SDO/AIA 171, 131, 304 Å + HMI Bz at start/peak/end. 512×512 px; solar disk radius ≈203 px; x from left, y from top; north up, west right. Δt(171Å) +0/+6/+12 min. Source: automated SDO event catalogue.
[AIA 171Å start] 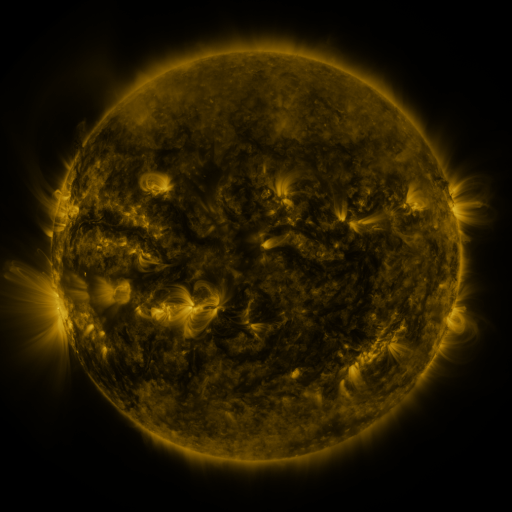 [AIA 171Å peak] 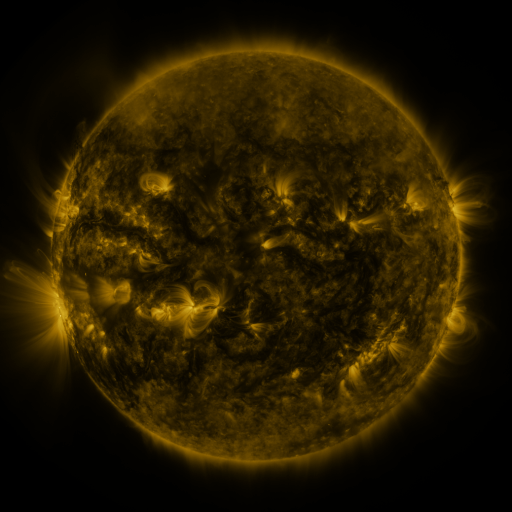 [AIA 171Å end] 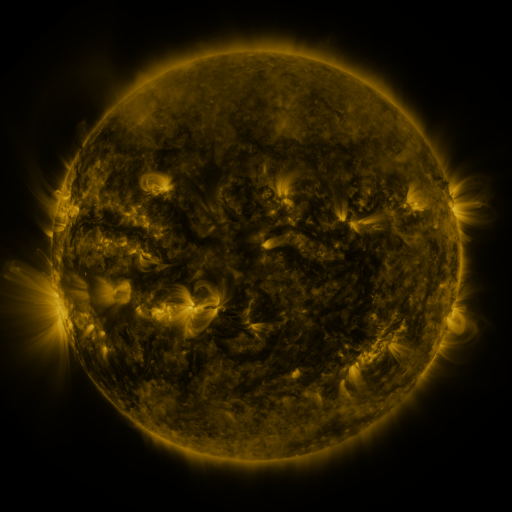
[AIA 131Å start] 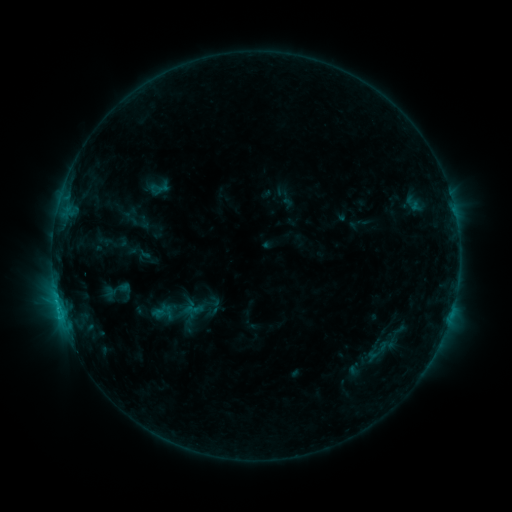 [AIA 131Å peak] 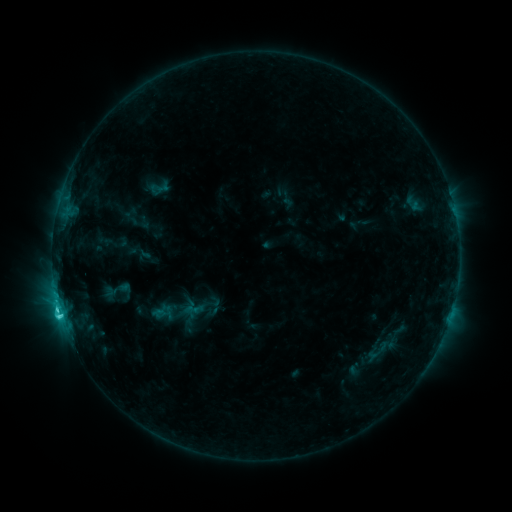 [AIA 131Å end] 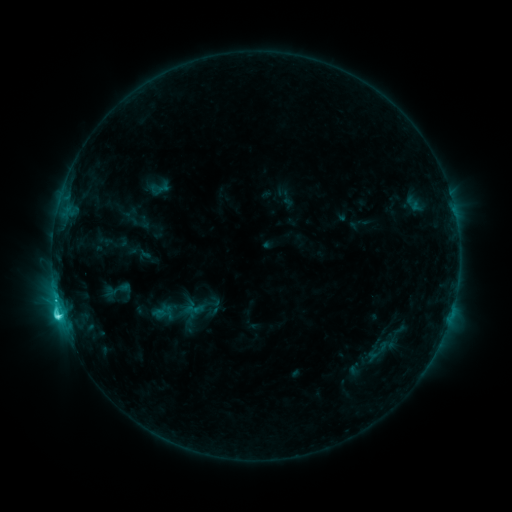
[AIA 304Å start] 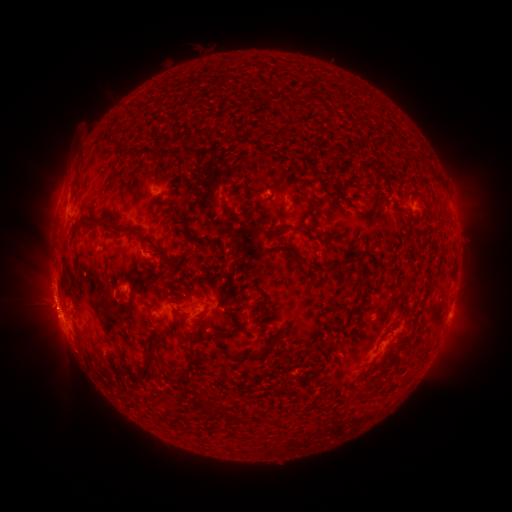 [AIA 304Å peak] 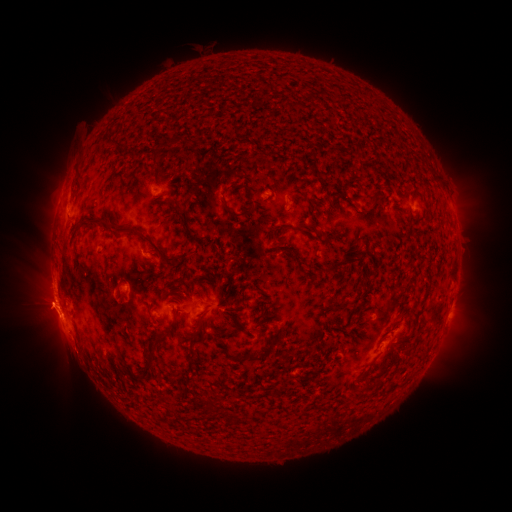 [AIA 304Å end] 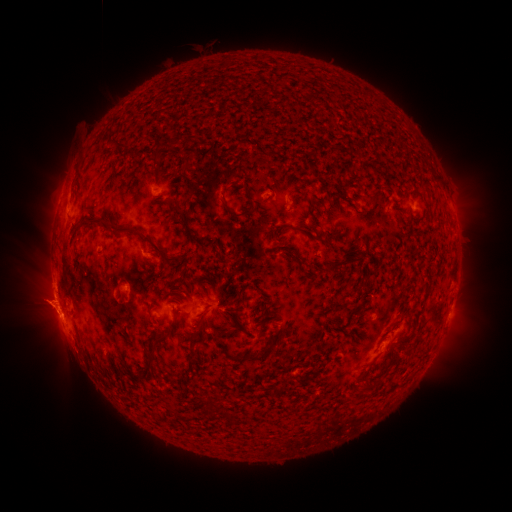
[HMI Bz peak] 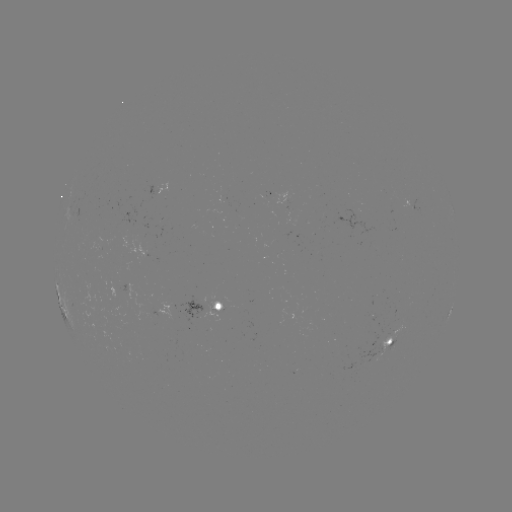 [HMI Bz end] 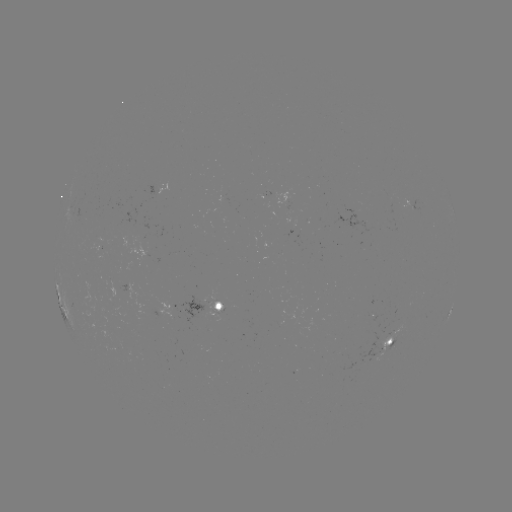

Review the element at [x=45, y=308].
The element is eruption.